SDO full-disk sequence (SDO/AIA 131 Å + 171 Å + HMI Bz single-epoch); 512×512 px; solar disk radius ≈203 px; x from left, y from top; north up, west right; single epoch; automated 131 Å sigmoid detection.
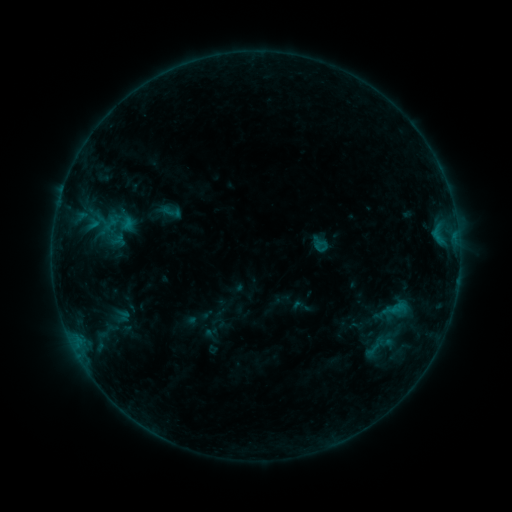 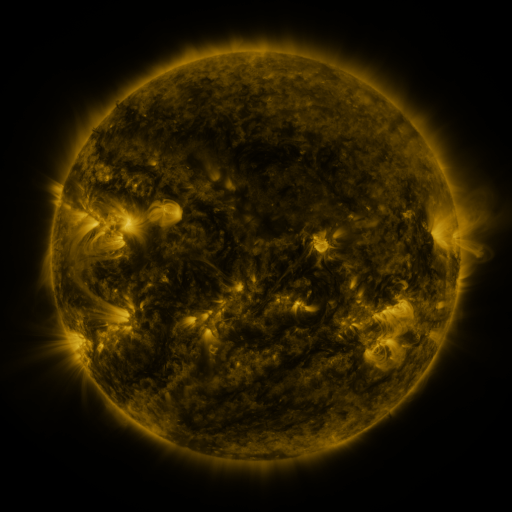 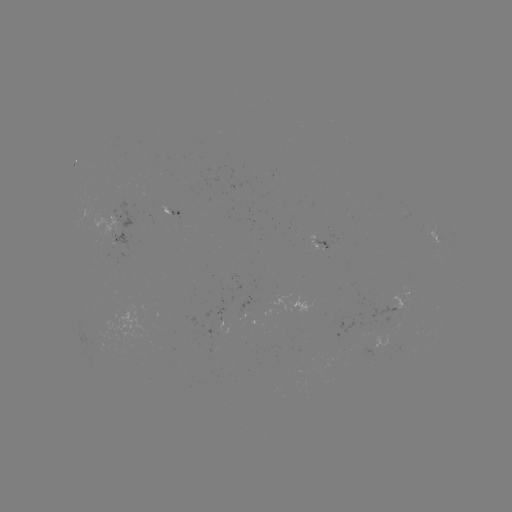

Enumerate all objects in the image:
sigmoid: (171, 212)
sigmoid: (372, 350)
